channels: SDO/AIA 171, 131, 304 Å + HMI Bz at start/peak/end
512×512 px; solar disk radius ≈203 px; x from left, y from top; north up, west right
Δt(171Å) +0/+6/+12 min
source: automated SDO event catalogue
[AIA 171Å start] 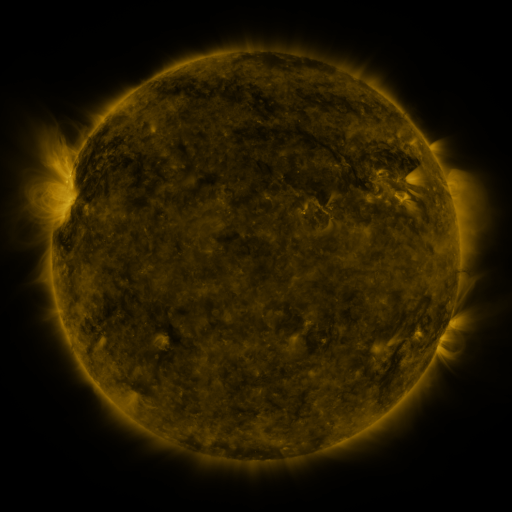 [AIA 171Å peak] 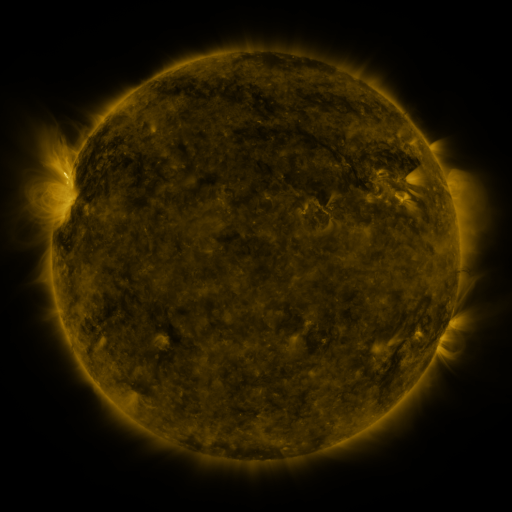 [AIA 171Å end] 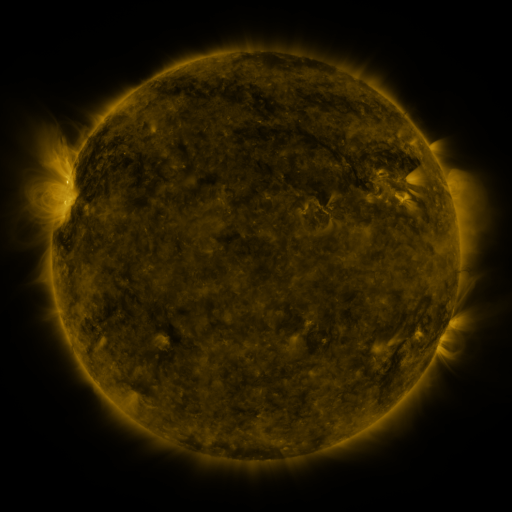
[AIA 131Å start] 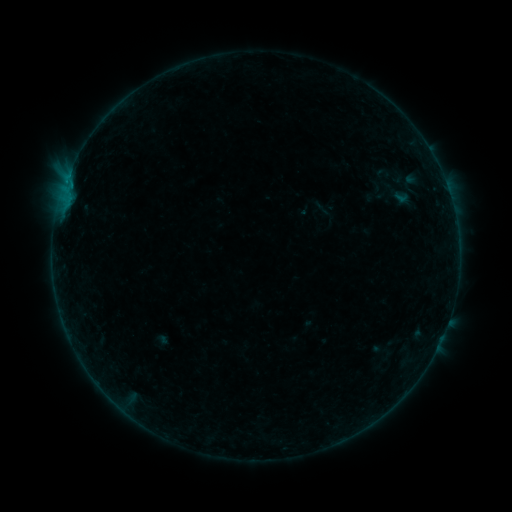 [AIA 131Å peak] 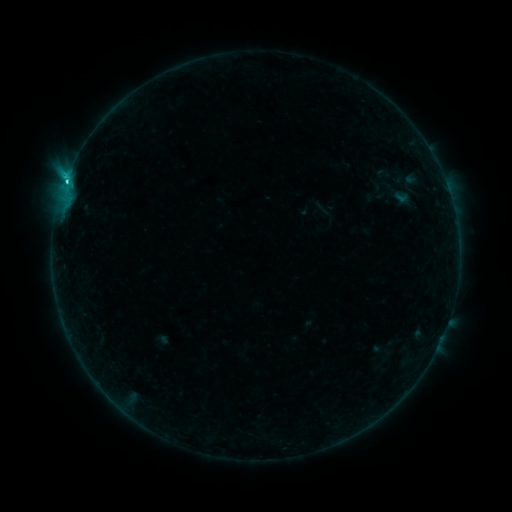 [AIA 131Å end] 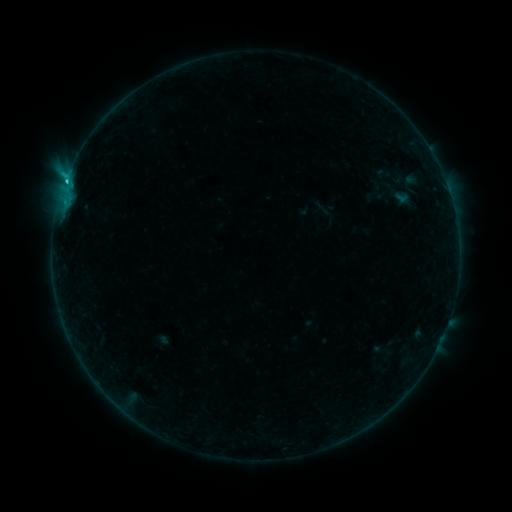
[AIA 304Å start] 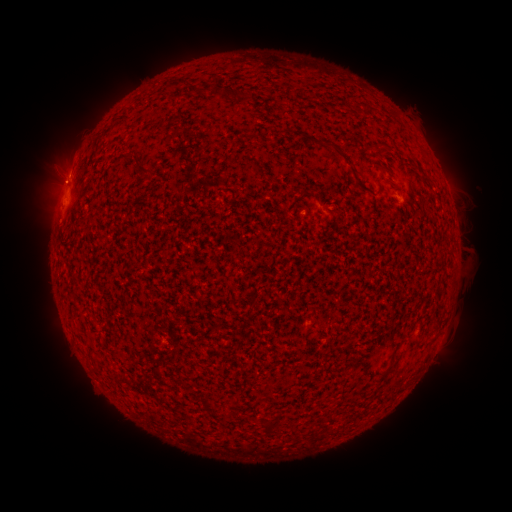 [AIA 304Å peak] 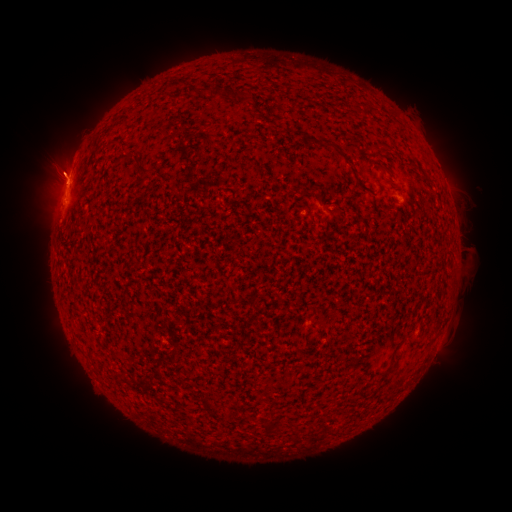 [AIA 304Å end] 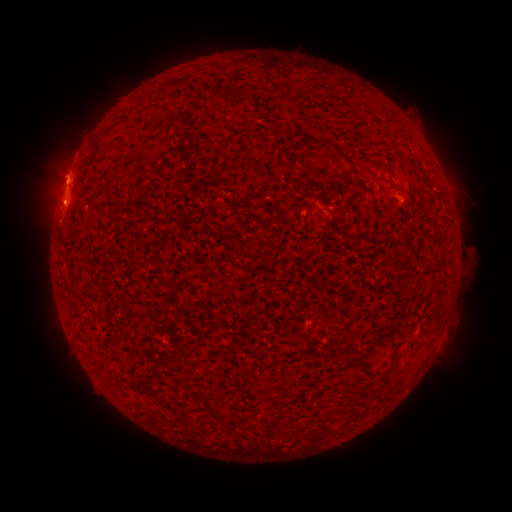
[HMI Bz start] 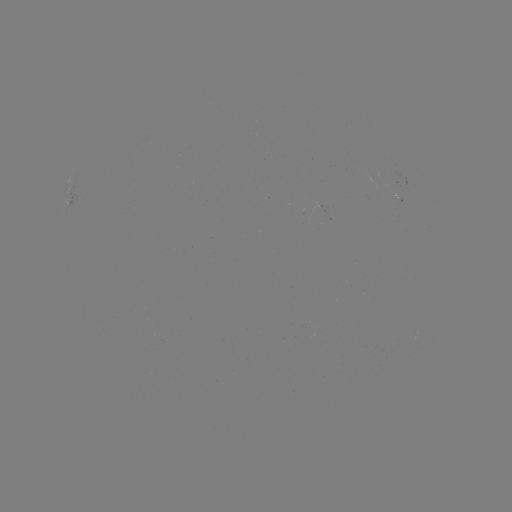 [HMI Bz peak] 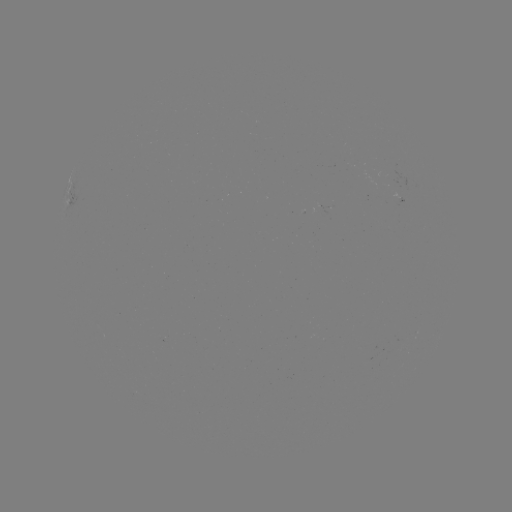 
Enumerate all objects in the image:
C1.8 flare: (66, 184)
